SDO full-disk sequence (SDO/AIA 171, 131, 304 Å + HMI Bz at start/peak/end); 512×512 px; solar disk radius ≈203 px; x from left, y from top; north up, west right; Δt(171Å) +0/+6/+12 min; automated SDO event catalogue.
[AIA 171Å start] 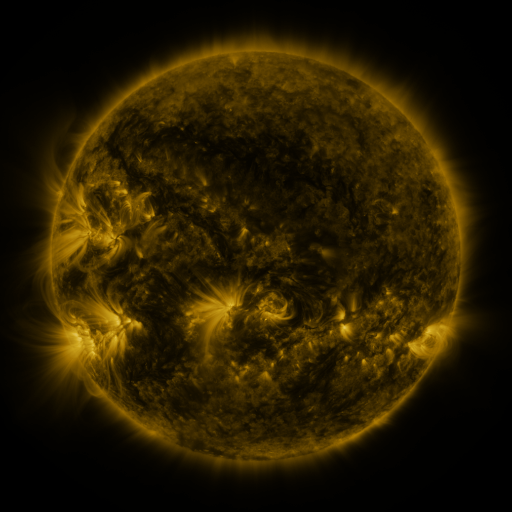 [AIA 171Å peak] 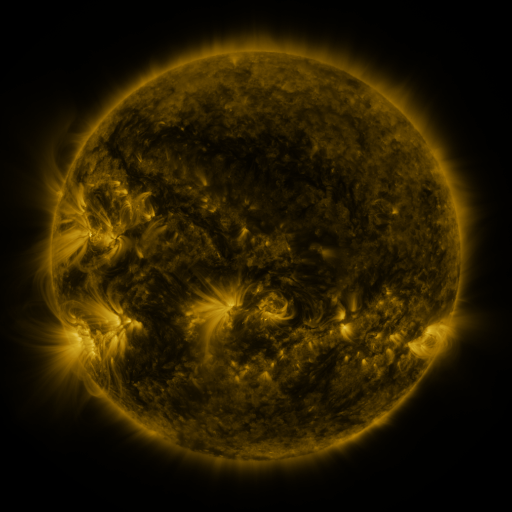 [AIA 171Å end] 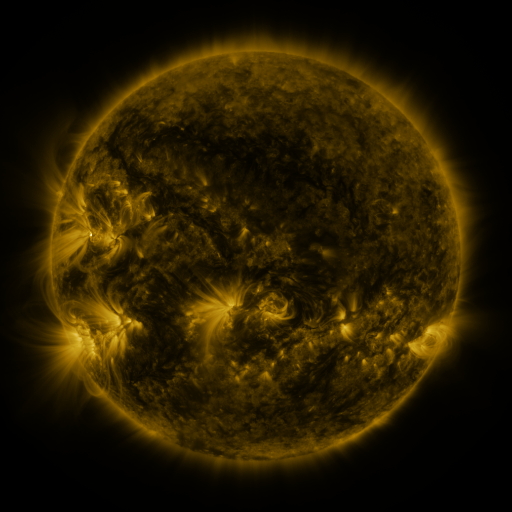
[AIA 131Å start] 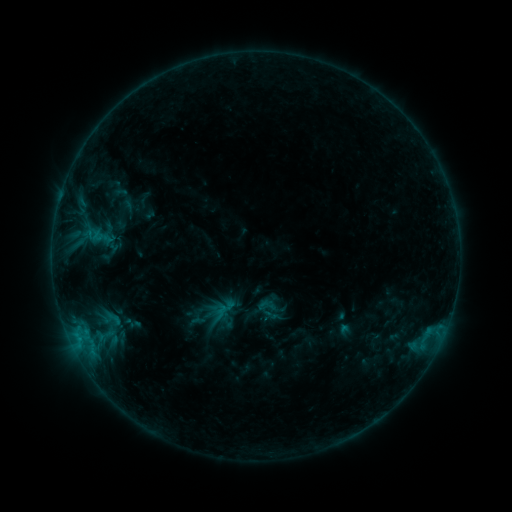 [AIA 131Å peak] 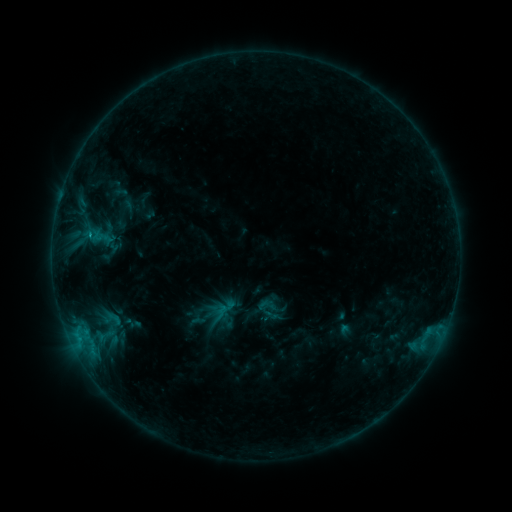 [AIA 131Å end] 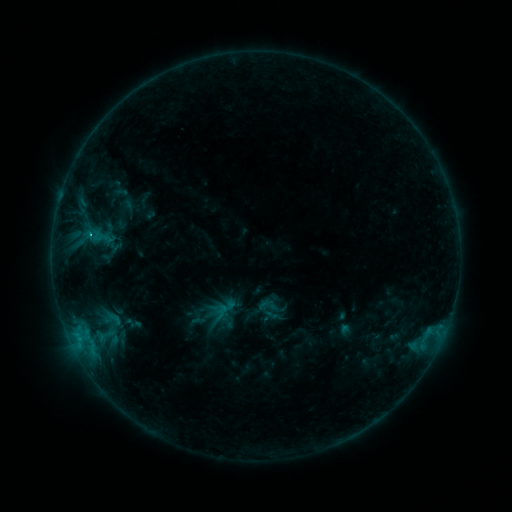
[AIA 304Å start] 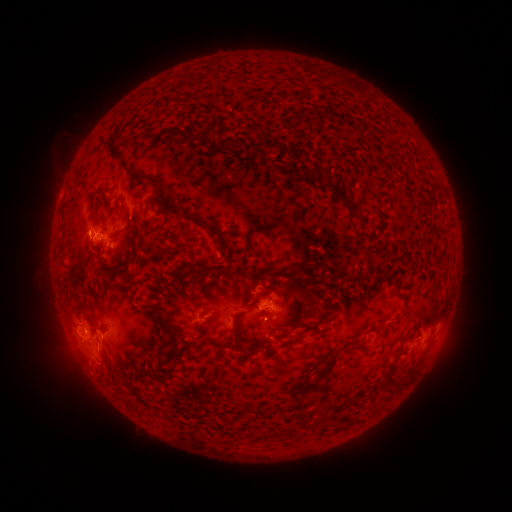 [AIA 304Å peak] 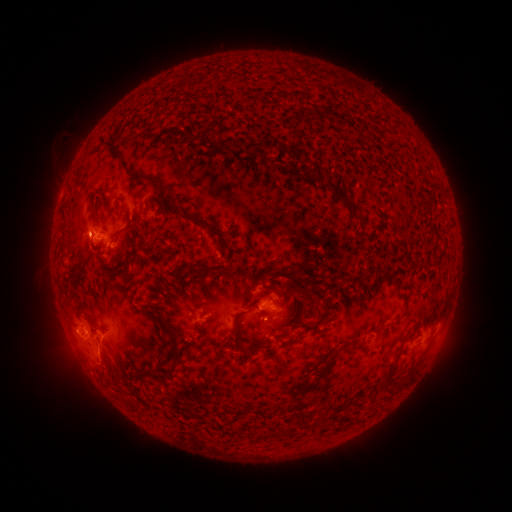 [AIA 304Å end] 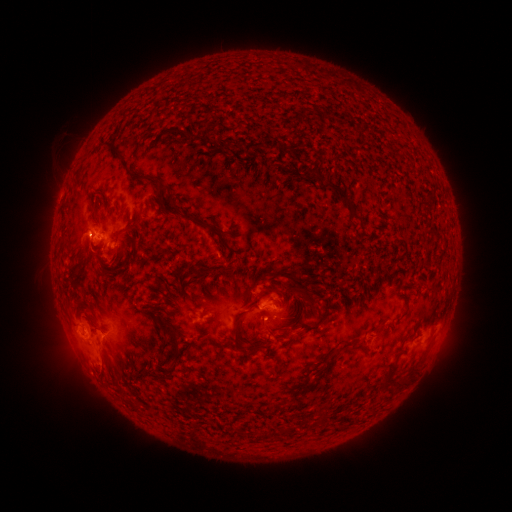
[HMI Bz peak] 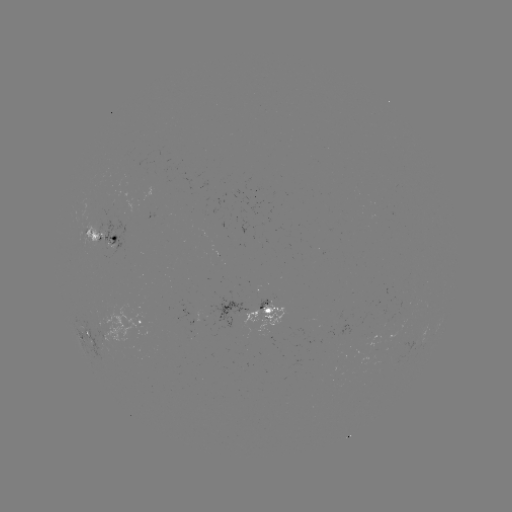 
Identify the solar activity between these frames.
C3.9 flare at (90, 238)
